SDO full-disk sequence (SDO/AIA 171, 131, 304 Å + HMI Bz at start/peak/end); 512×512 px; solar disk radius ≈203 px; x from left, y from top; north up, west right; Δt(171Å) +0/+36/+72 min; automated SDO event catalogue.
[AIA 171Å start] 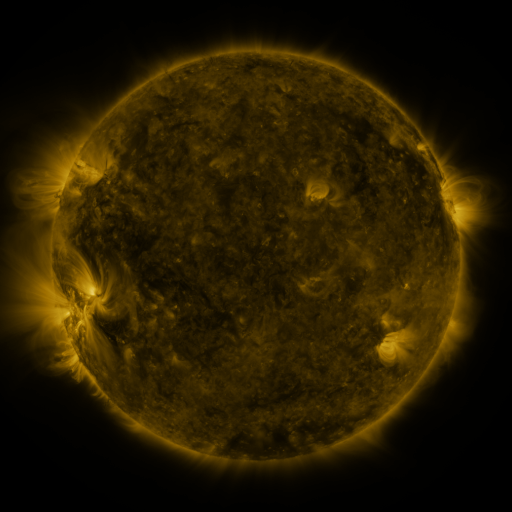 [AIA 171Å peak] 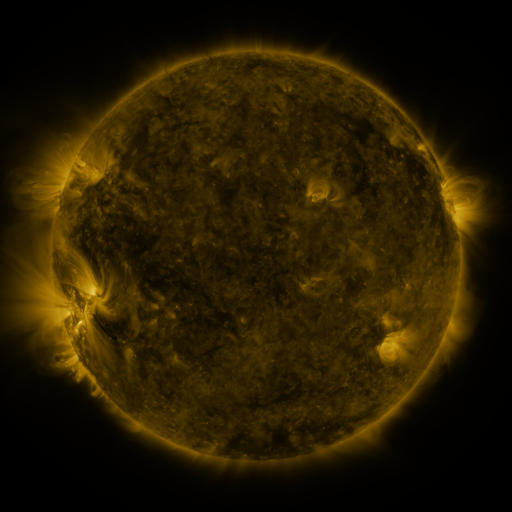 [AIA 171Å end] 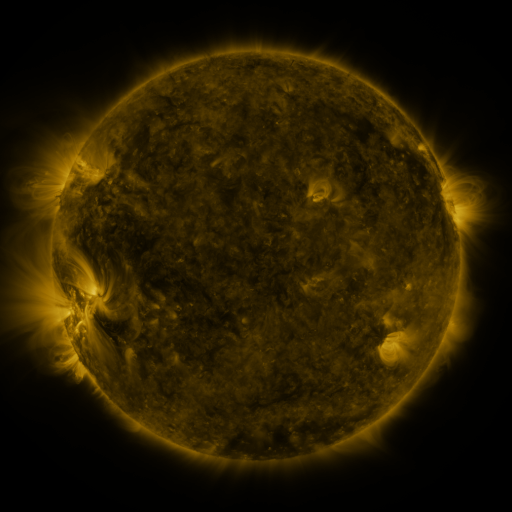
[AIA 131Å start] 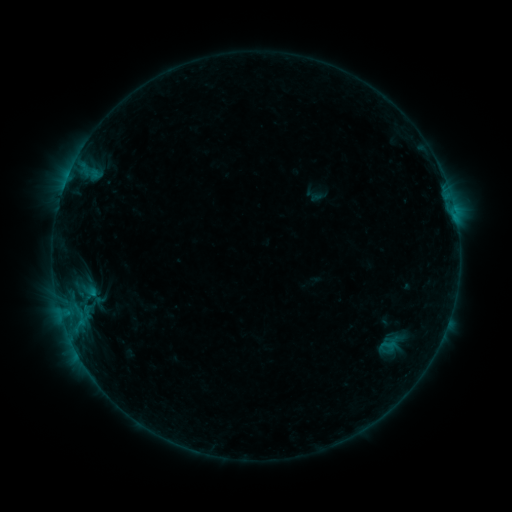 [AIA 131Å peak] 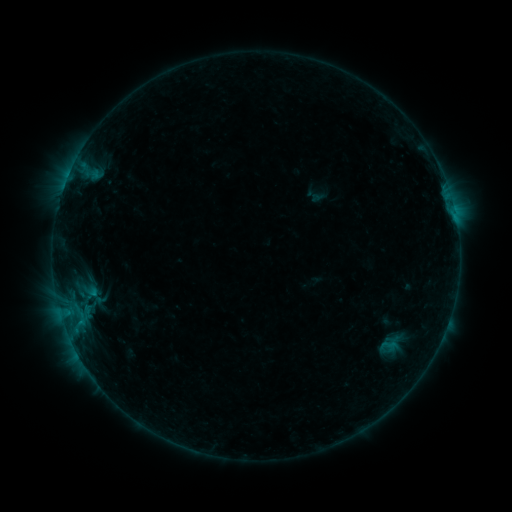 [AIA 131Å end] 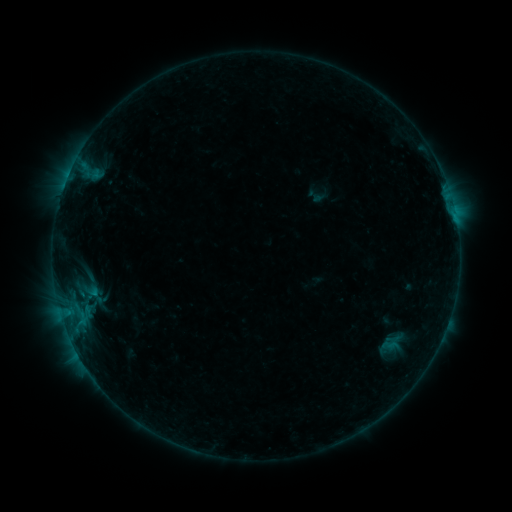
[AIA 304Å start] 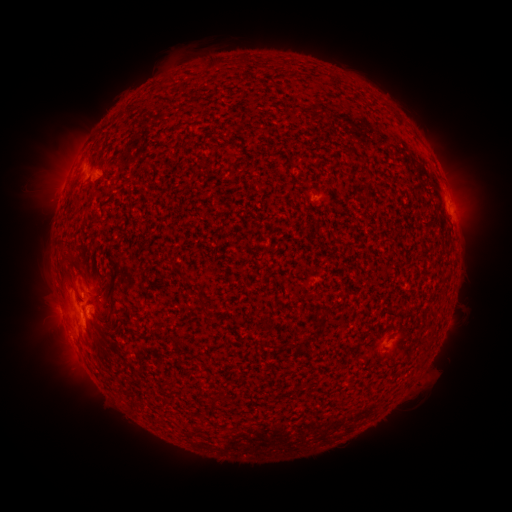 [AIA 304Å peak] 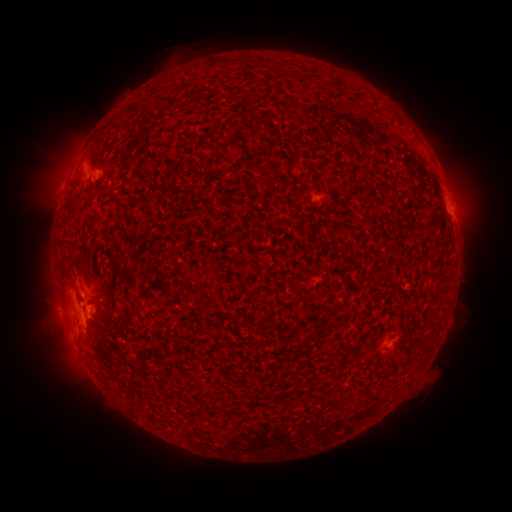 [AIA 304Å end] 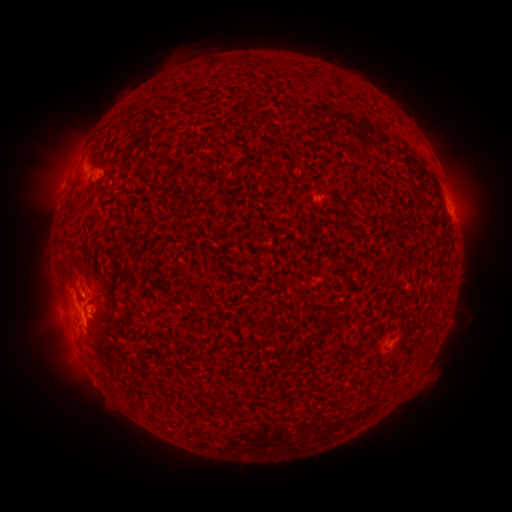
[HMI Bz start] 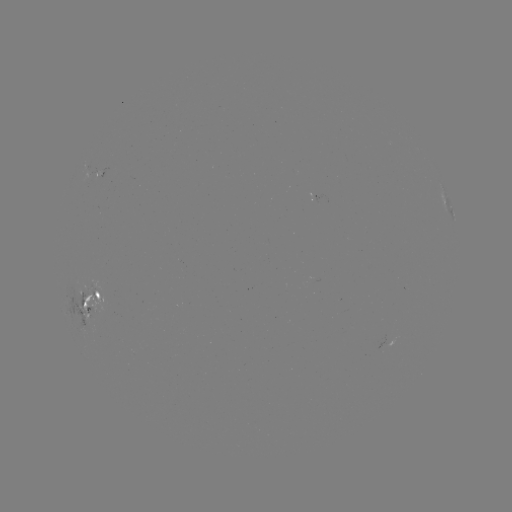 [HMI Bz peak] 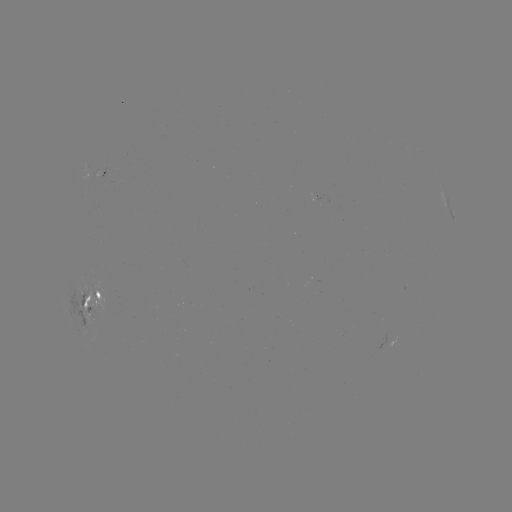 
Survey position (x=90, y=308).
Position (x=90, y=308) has emerging-flux region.